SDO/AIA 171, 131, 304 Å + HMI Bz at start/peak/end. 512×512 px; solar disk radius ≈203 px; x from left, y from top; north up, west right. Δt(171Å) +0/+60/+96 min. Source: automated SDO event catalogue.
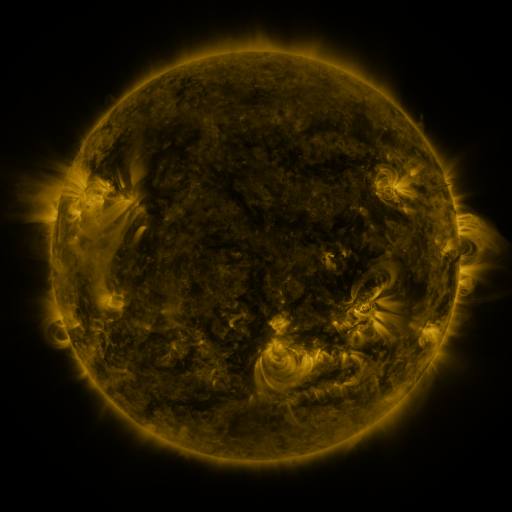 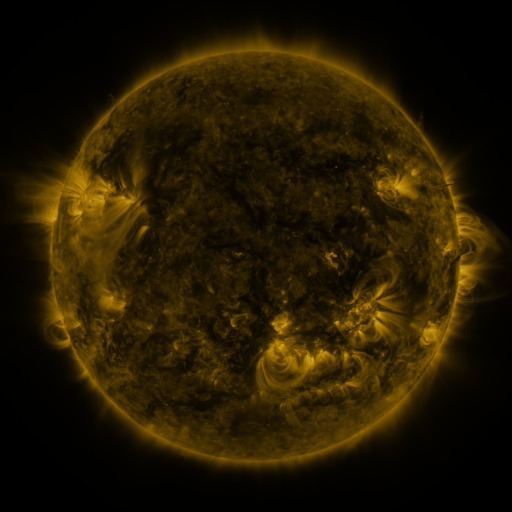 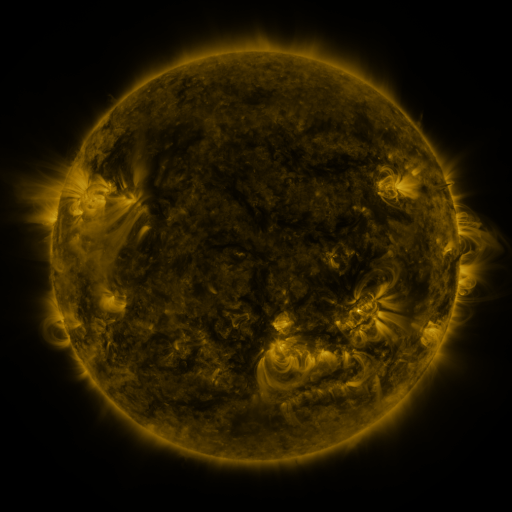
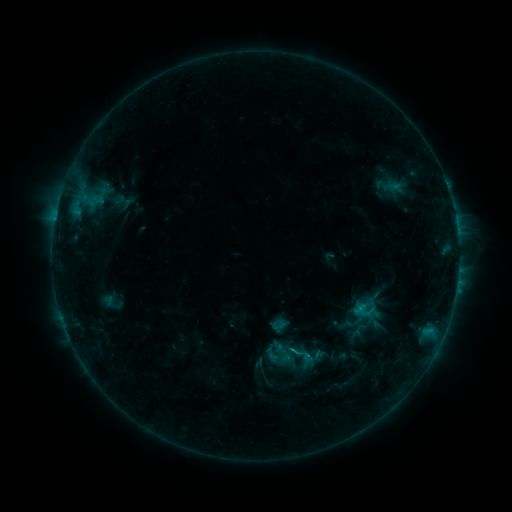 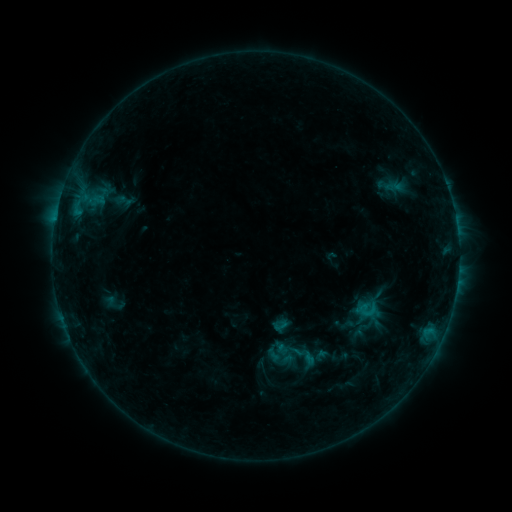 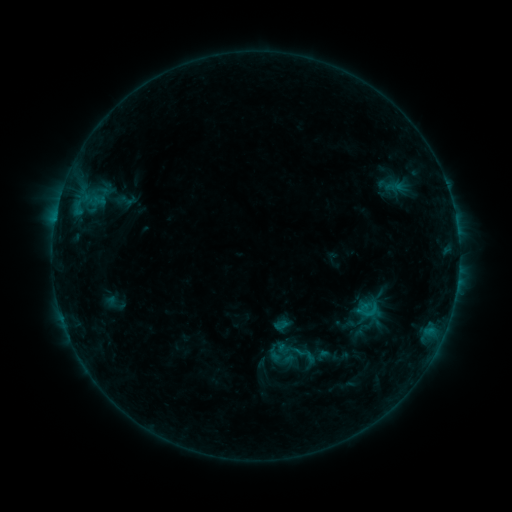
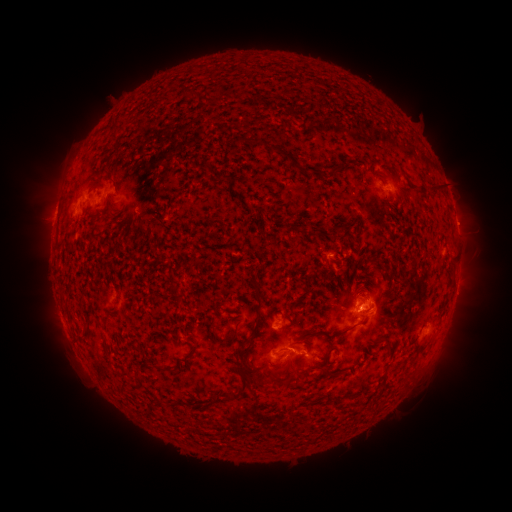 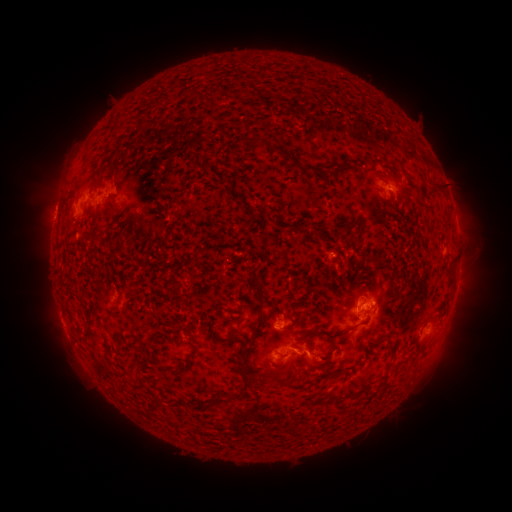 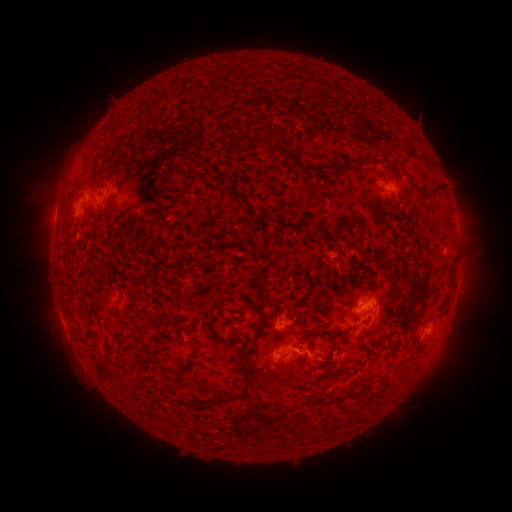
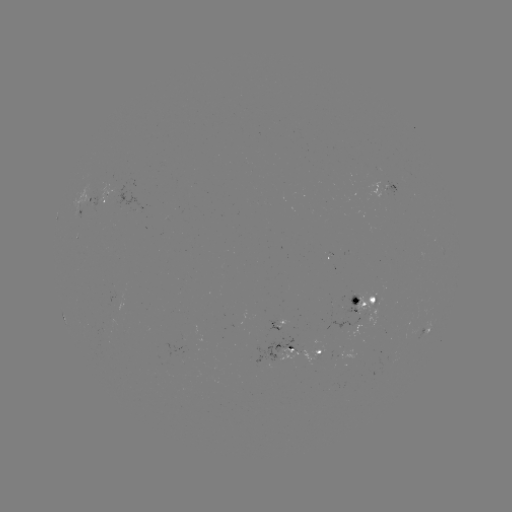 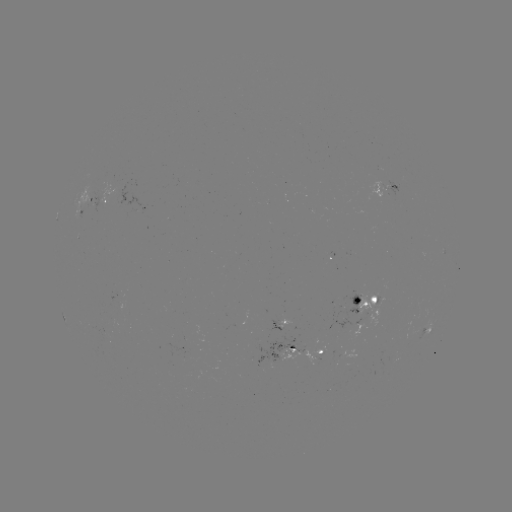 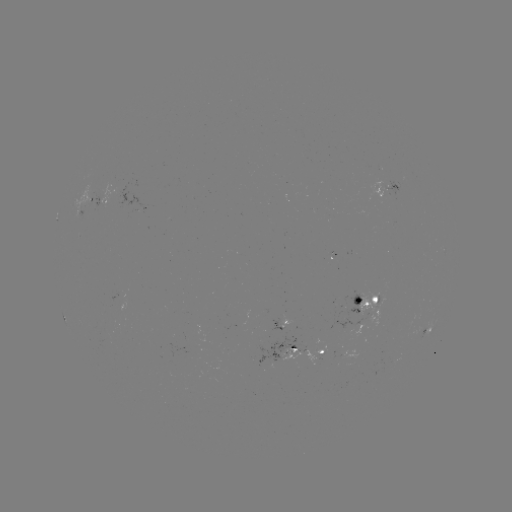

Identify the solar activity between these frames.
emerging-flux region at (353, 325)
